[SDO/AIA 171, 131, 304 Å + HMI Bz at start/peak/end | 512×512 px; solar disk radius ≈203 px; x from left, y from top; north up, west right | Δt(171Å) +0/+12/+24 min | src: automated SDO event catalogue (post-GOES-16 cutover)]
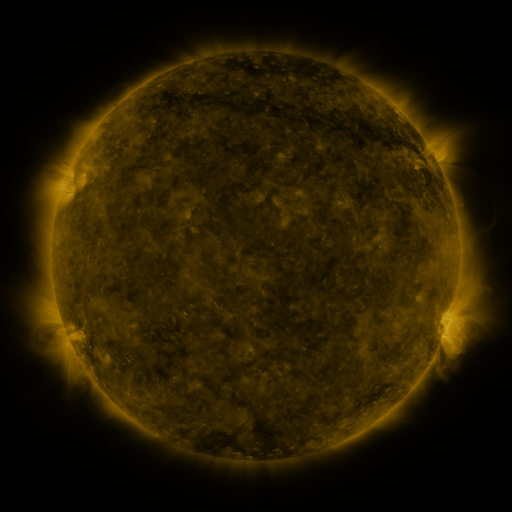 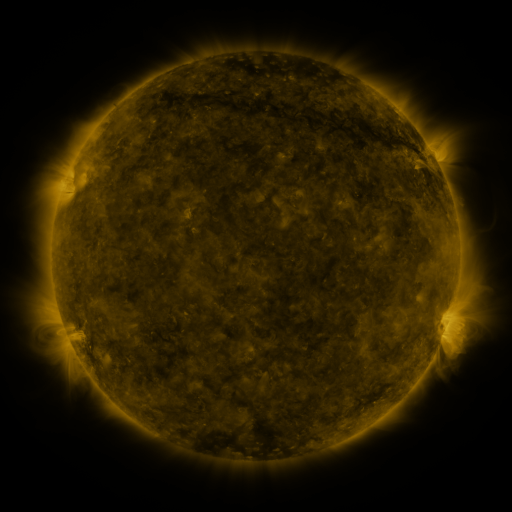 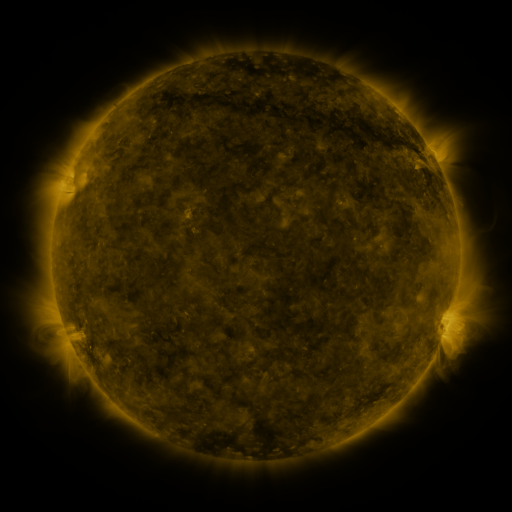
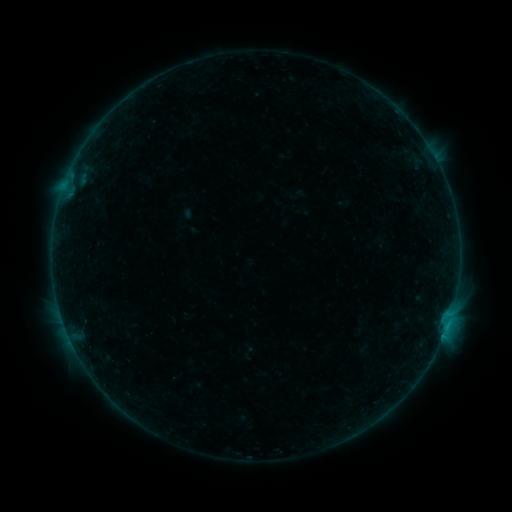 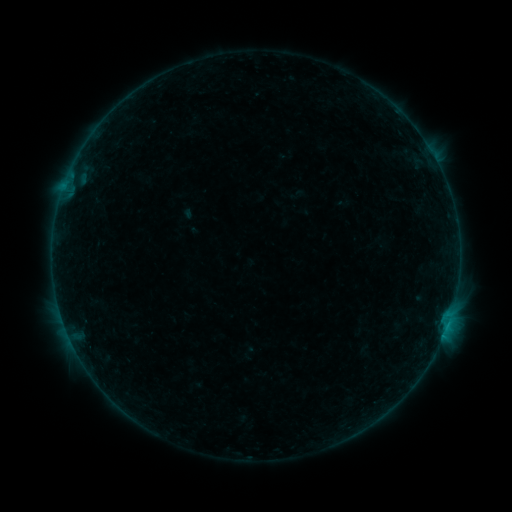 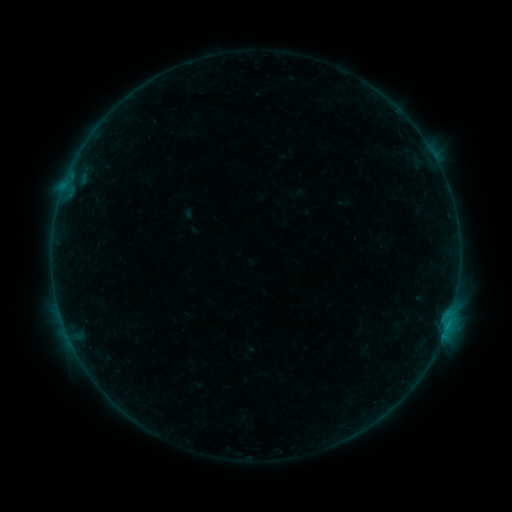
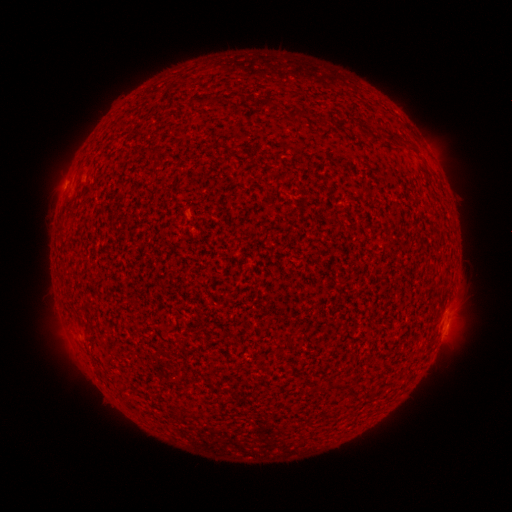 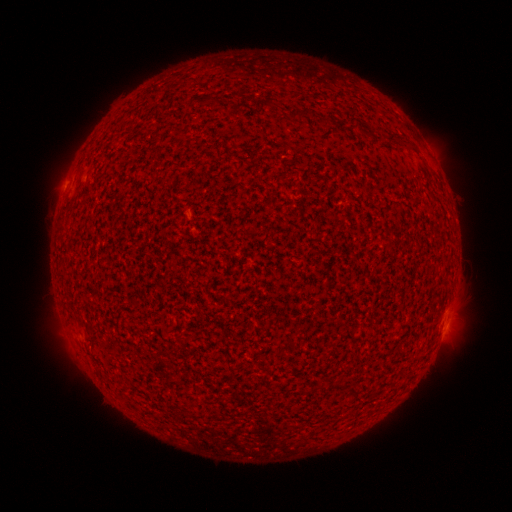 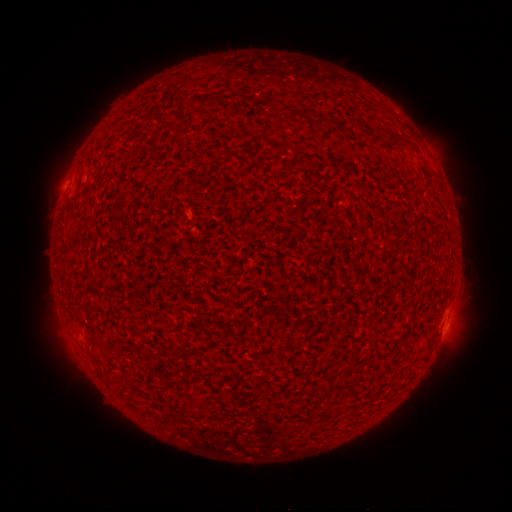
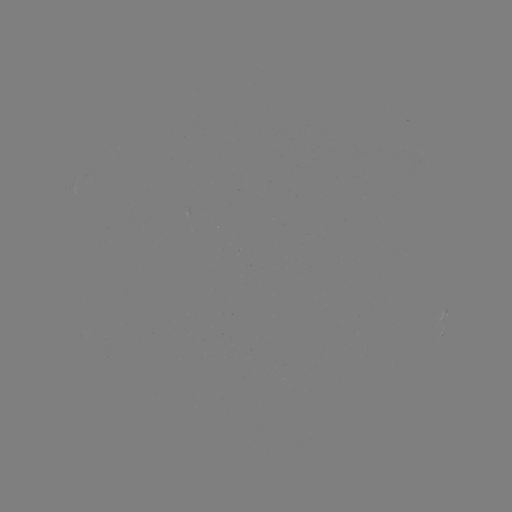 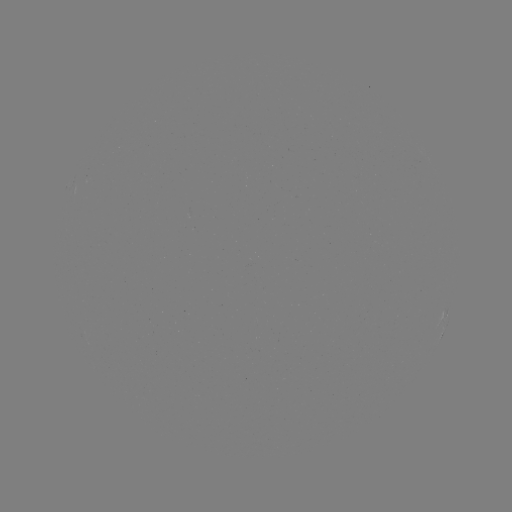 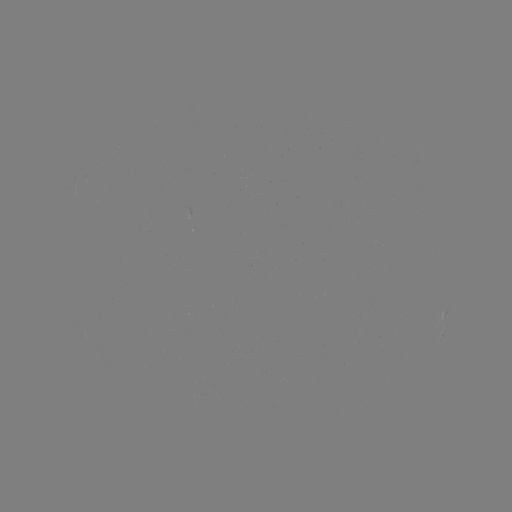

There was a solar flare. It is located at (446, 325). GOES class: B2.1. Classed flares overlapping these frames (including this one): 1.